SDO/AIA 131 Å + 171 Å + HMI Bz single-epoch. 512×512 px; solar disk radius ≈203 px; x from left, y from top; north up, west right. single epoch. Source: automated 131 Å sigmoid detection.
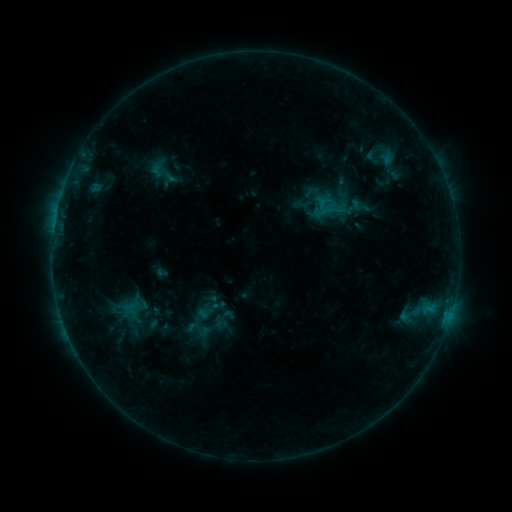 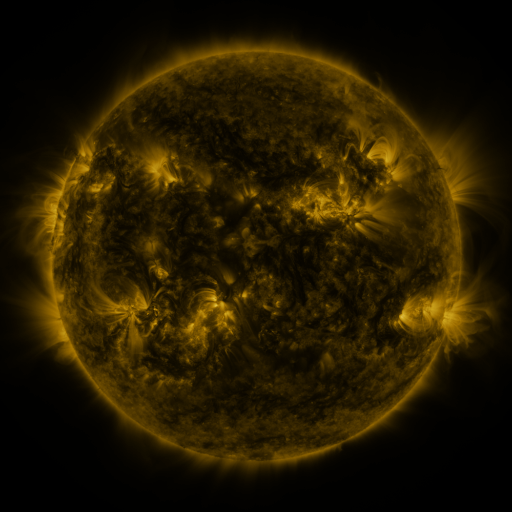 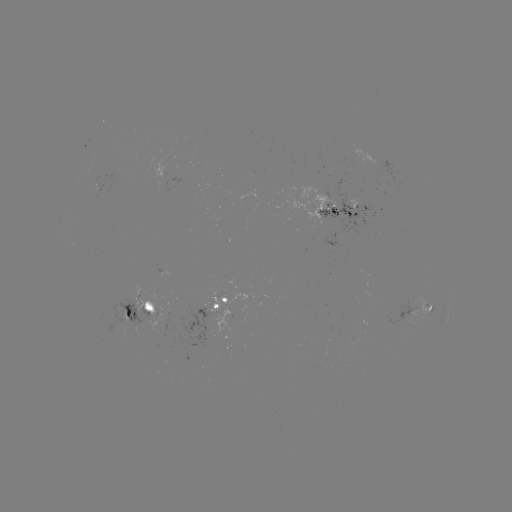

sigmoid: <bbox>142, 317, 169, 335</bbox>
